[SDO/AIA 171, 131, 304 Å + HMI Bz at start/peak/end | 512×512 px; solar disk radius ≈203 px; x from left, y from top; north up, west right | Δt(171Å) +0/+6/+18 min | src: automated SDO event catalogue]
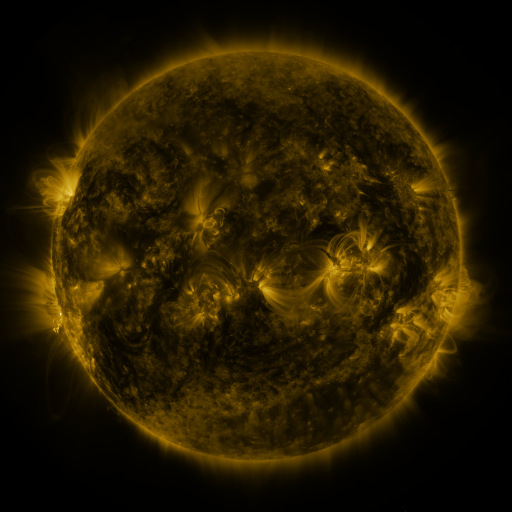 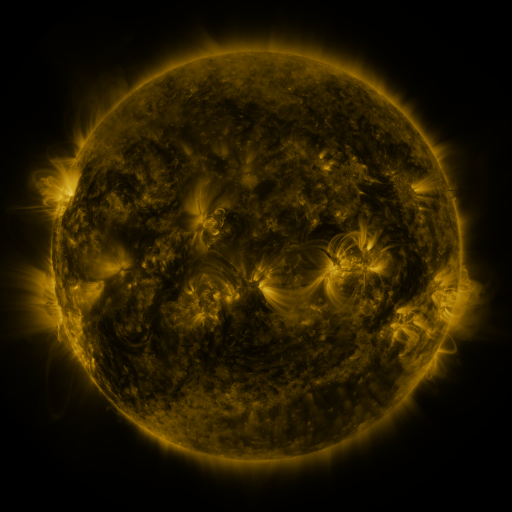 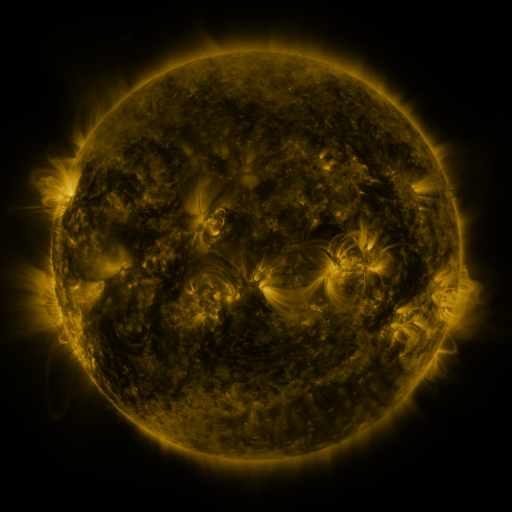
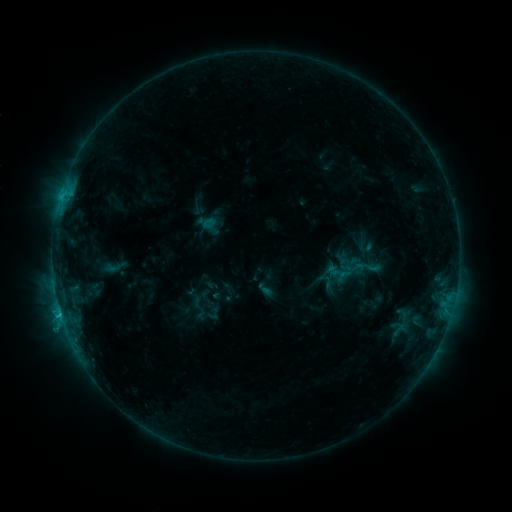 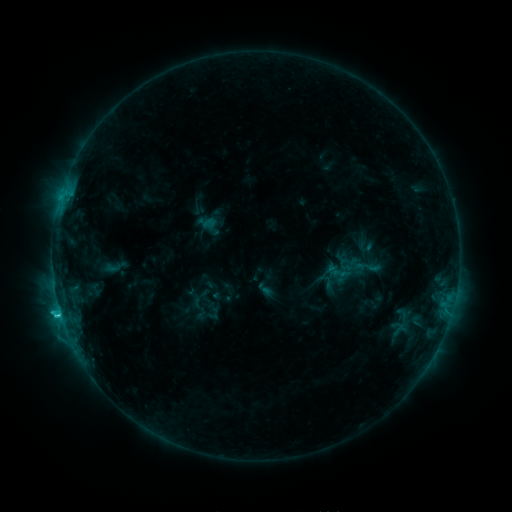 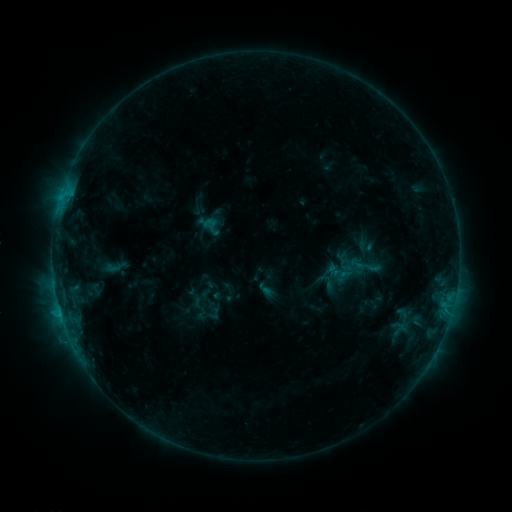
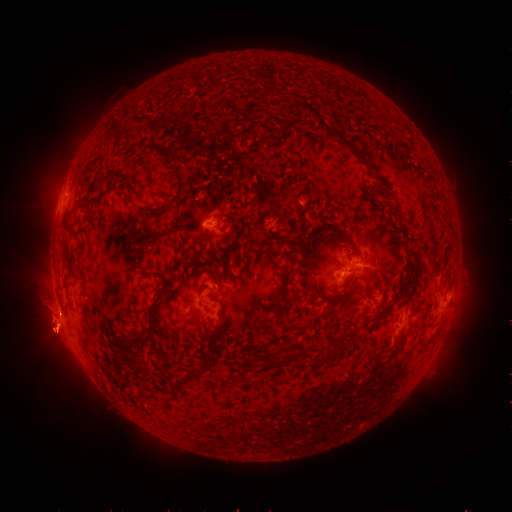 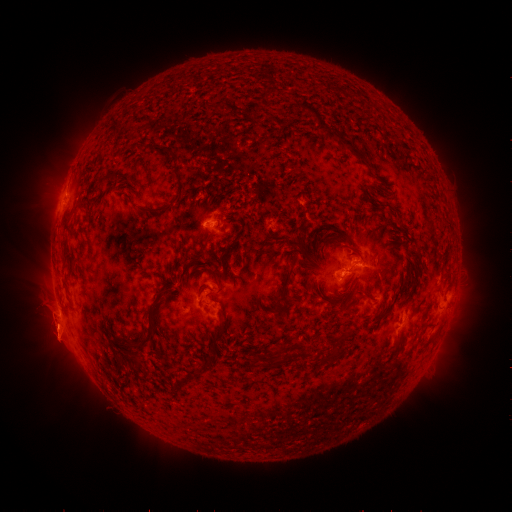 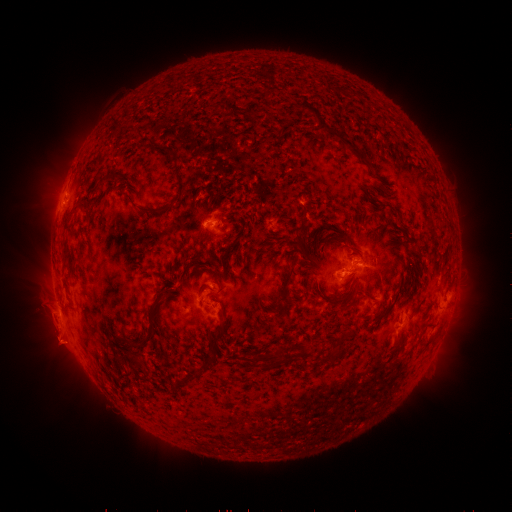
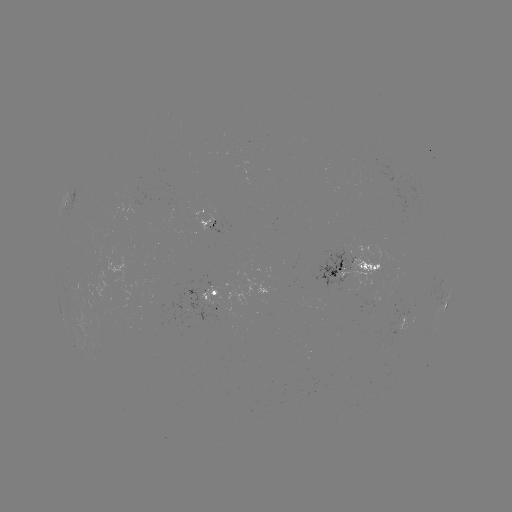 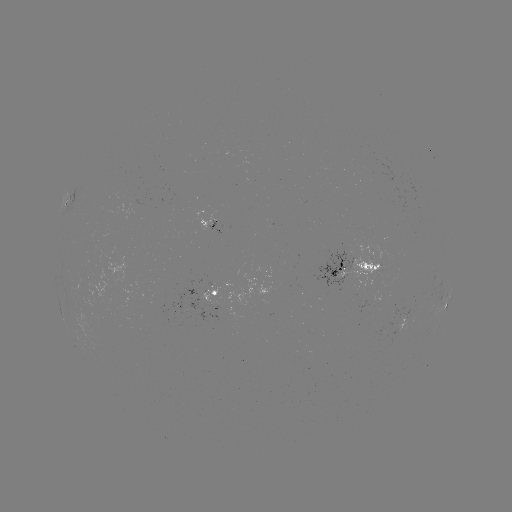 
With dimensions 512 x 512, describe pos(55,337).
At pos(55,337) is eruption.